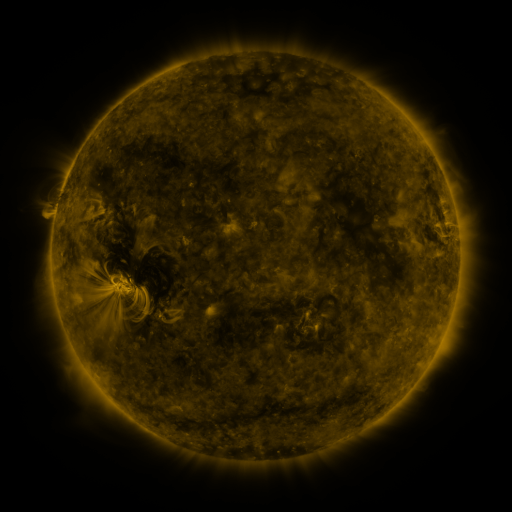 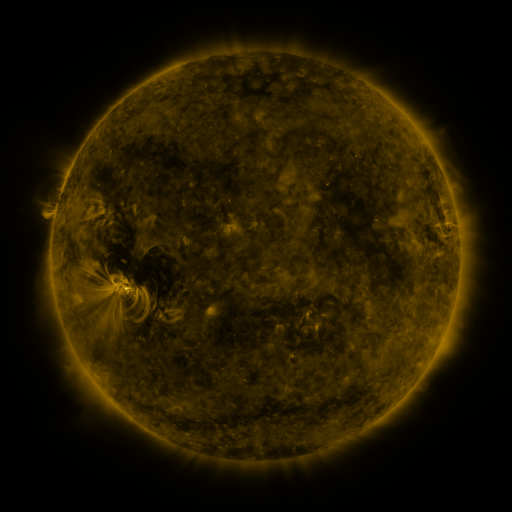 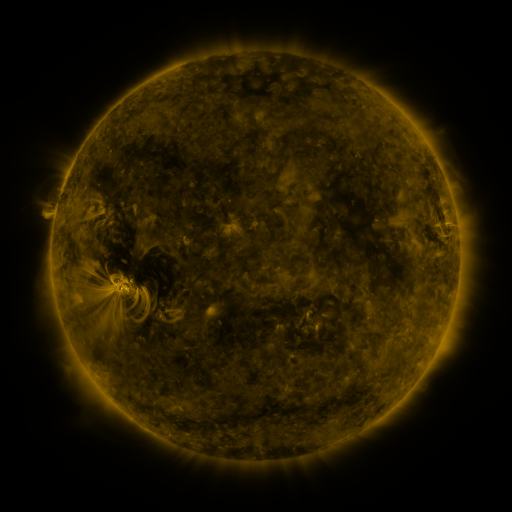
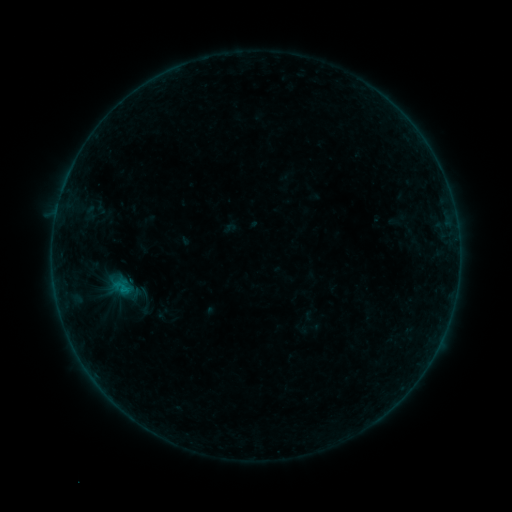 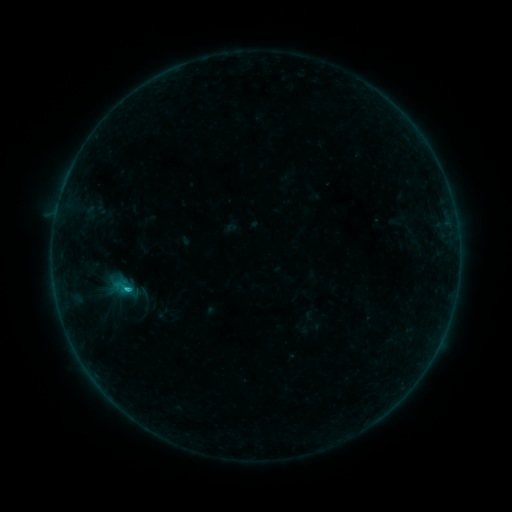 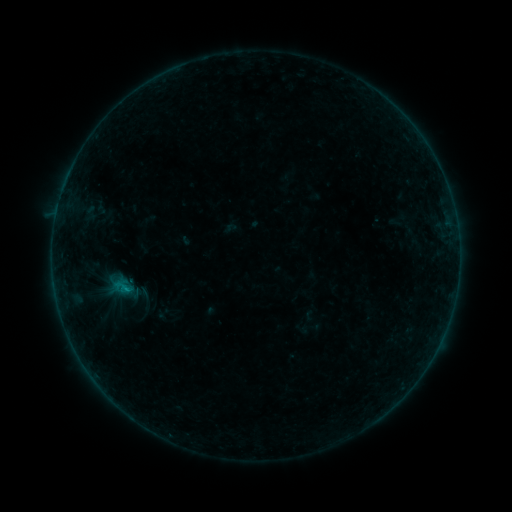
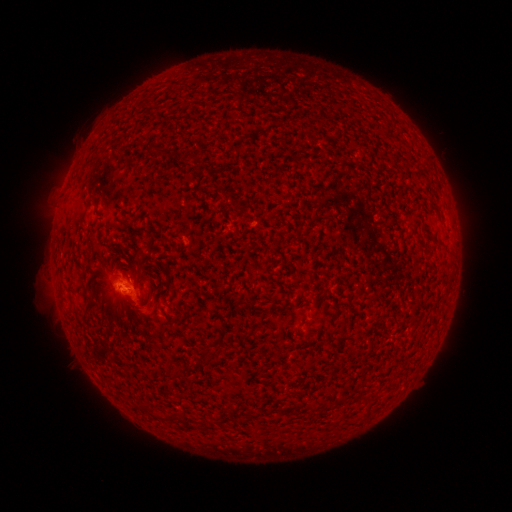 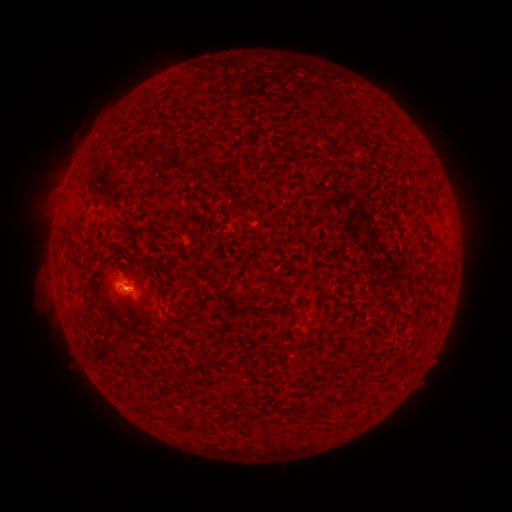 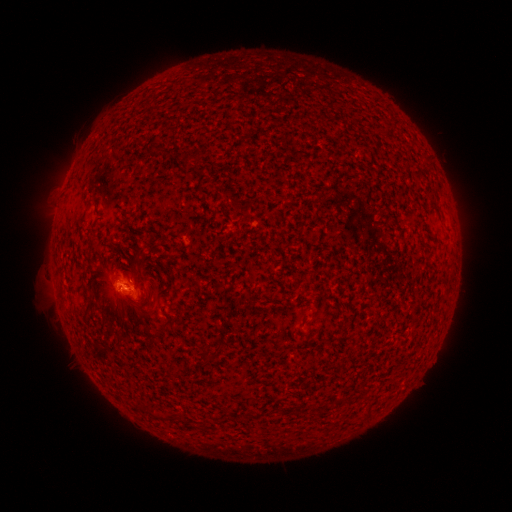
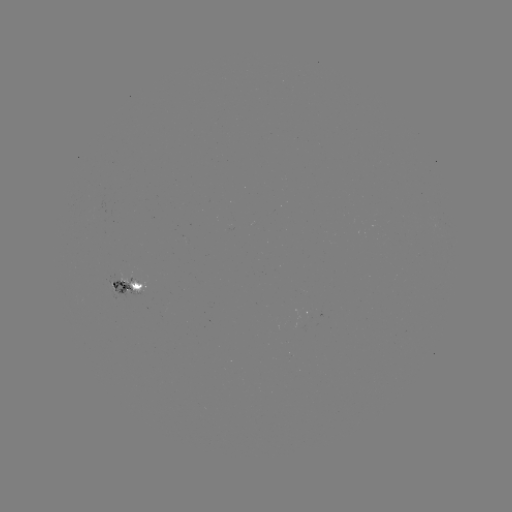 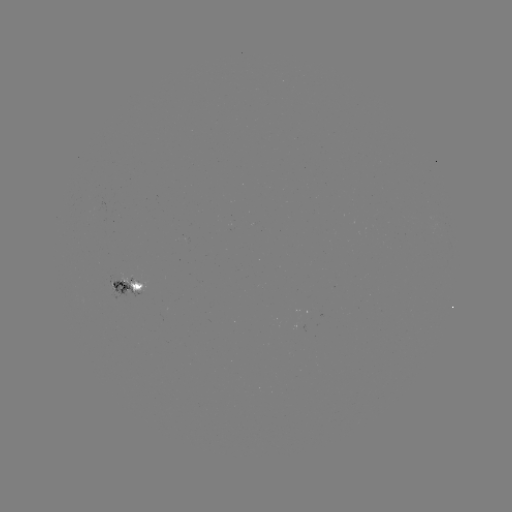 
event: flare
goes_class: B6.0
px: (128, 287)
